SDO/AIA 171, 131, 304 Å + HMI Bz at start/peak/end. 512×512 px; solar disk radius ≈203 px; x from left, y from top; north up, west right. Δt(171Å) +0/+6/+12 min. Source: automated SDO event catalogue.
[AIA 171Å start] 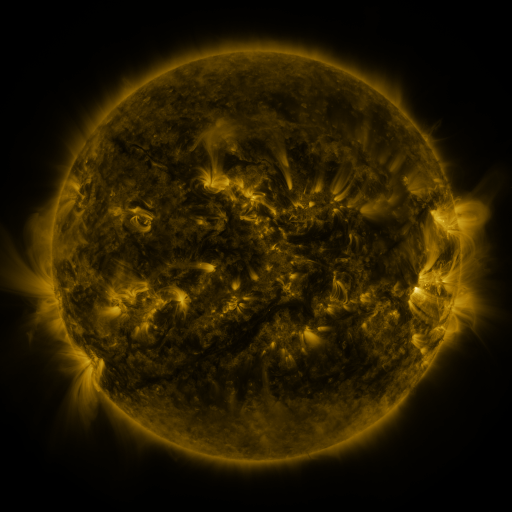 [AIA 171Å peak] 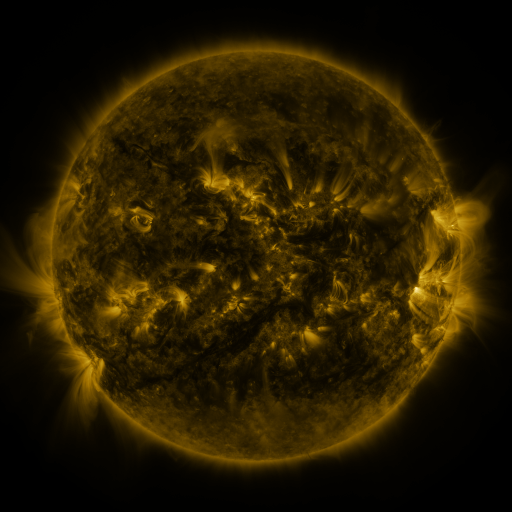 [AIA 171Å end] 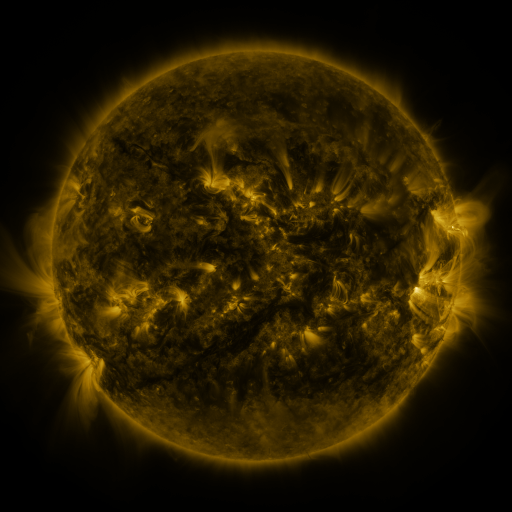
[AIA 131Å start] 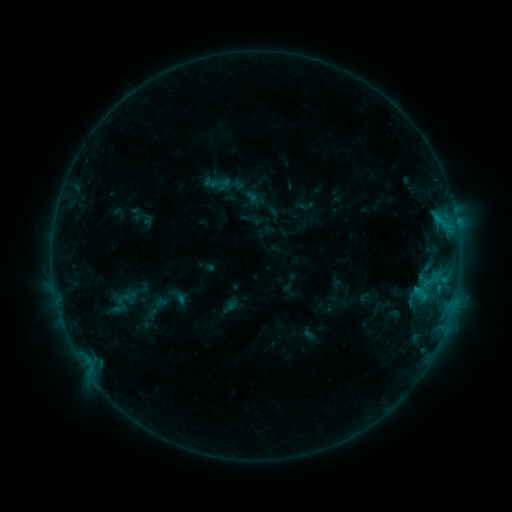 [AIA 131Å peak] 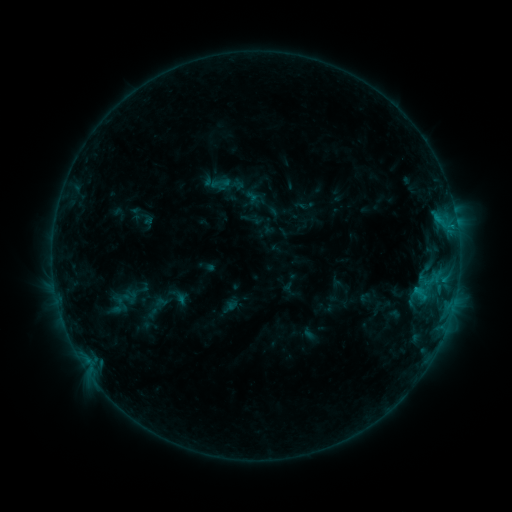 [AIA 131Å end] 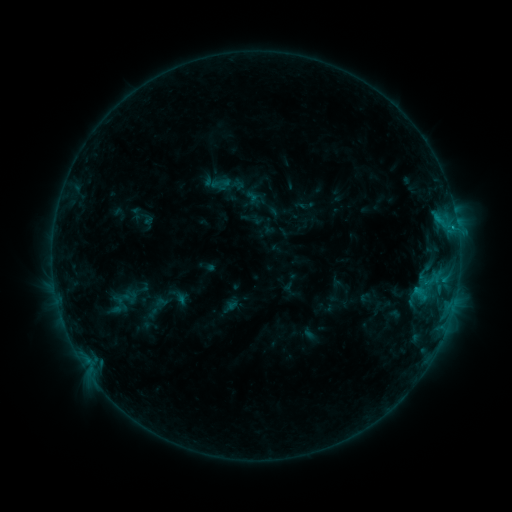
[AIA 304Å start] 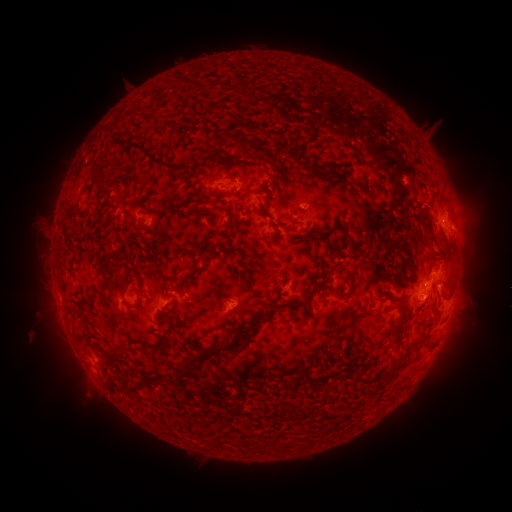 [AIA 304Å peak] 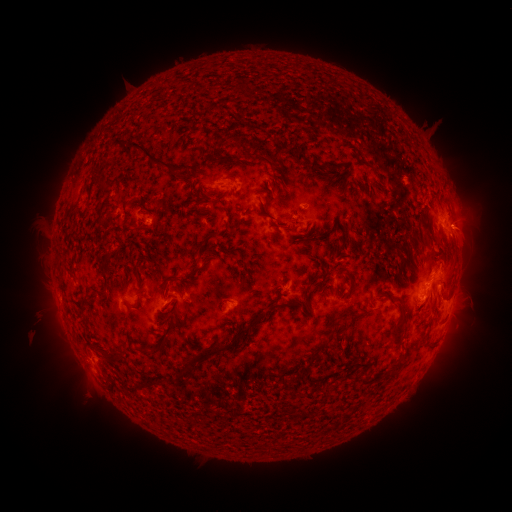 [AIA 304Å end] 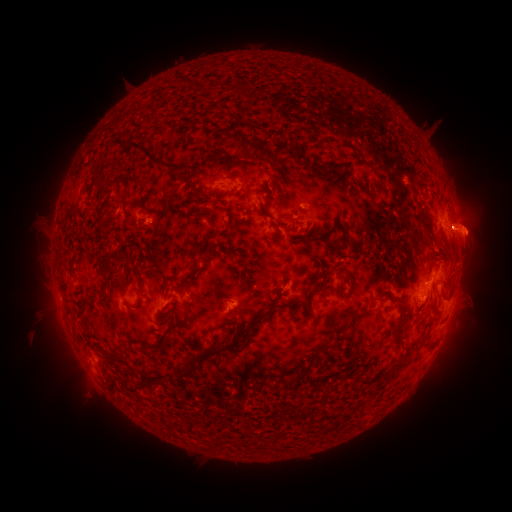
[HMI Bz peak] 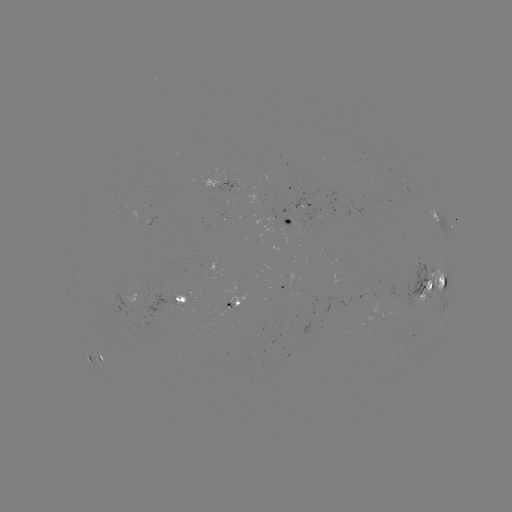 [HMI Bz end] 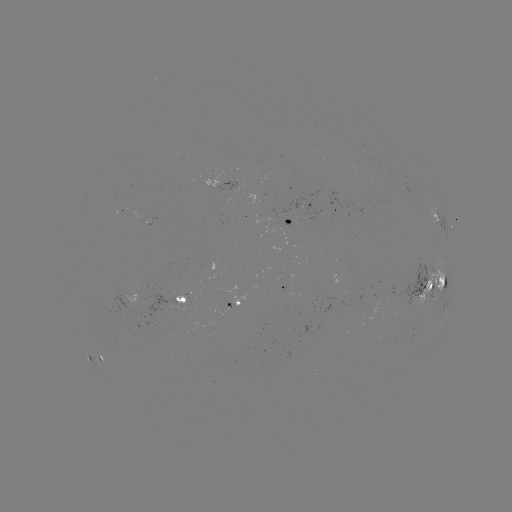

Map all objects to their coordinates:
eruption: (469, 227)
